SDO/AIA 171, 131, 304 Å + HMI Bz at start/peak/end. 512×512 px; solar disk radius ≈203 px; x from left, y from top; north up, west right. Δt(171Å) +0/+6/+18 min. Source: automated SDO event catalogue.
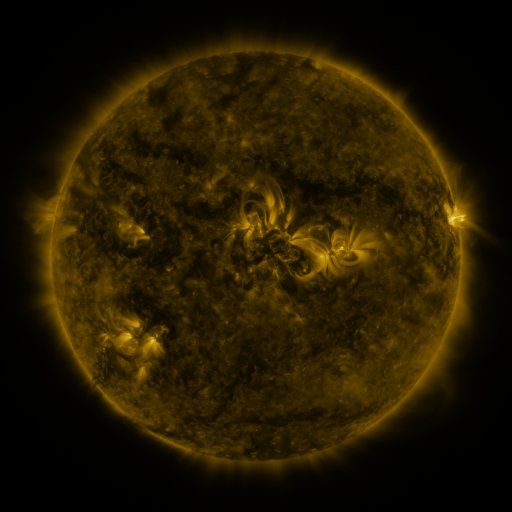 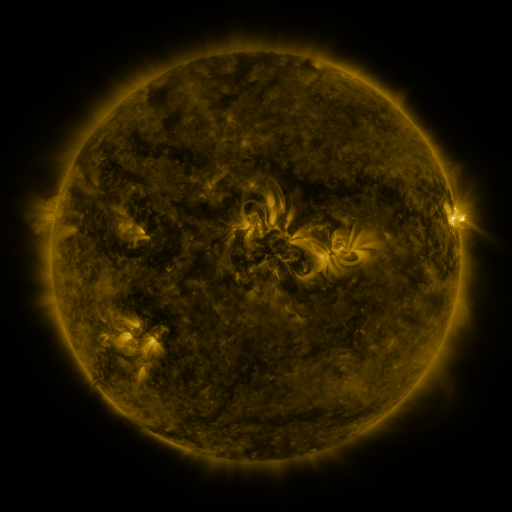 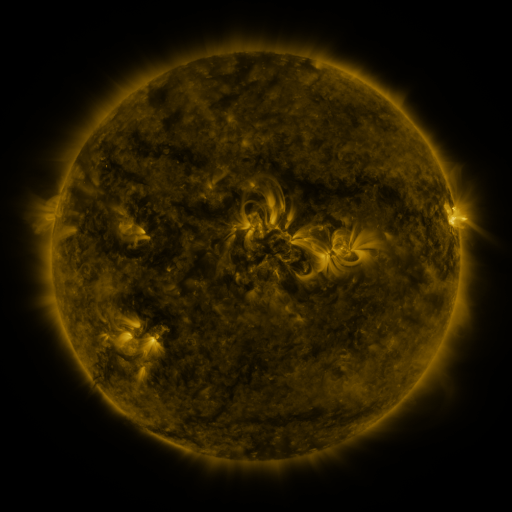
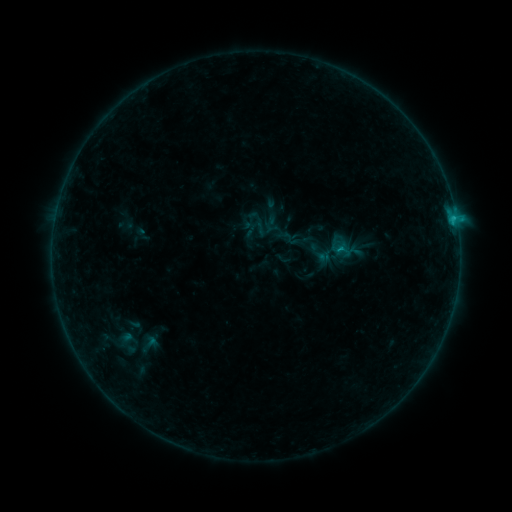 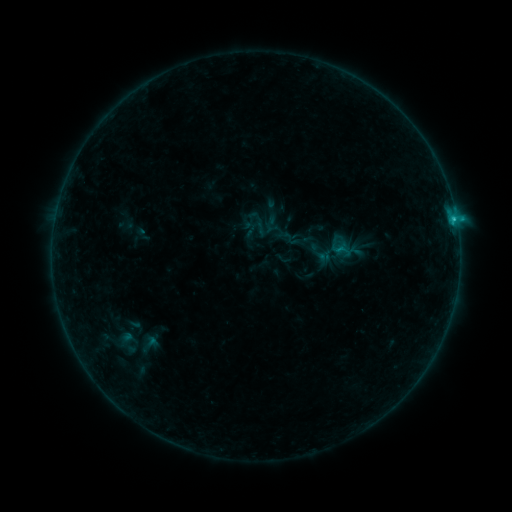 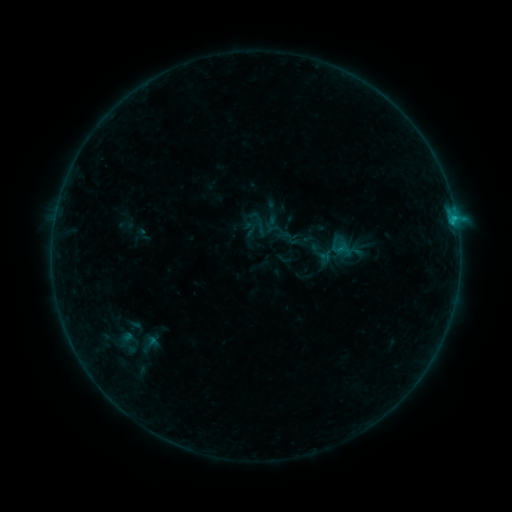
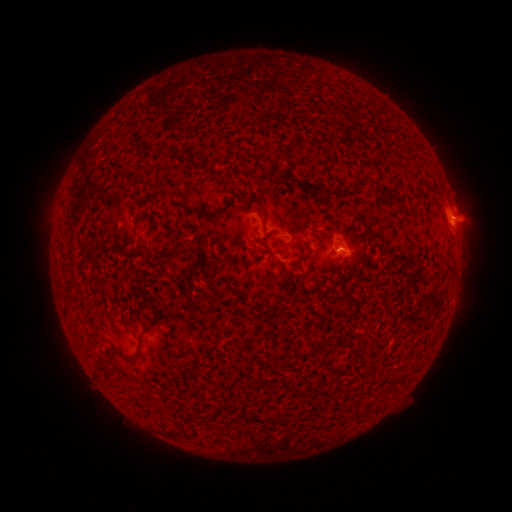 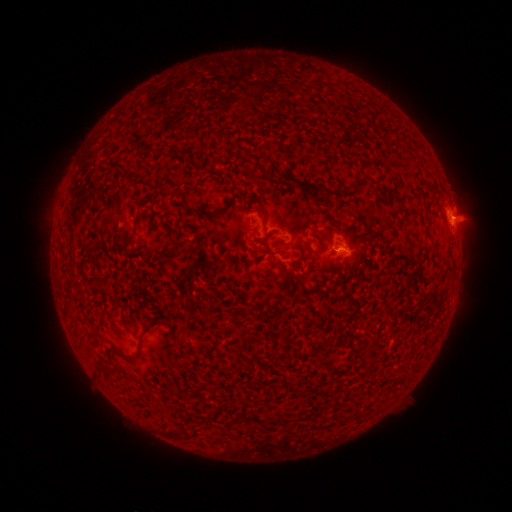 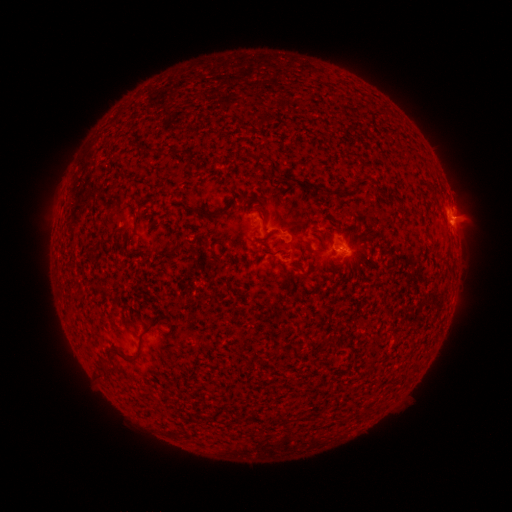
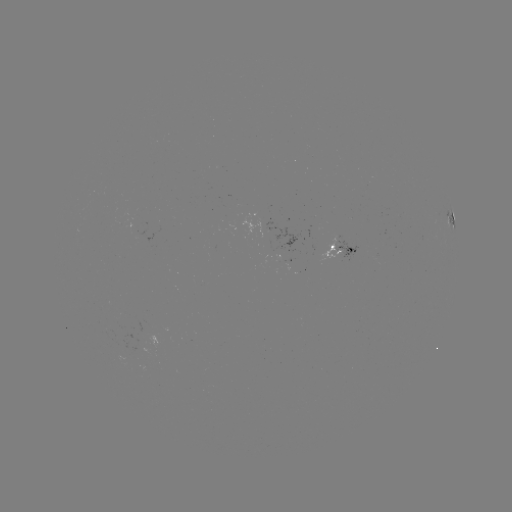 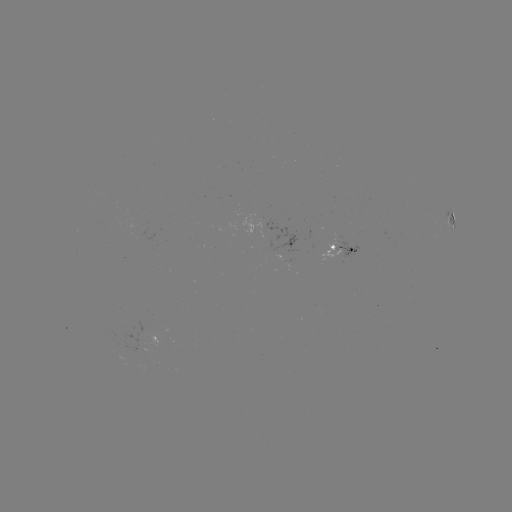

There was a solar flare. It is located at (454, 220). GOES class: B7.2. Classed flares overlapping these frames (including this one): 1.